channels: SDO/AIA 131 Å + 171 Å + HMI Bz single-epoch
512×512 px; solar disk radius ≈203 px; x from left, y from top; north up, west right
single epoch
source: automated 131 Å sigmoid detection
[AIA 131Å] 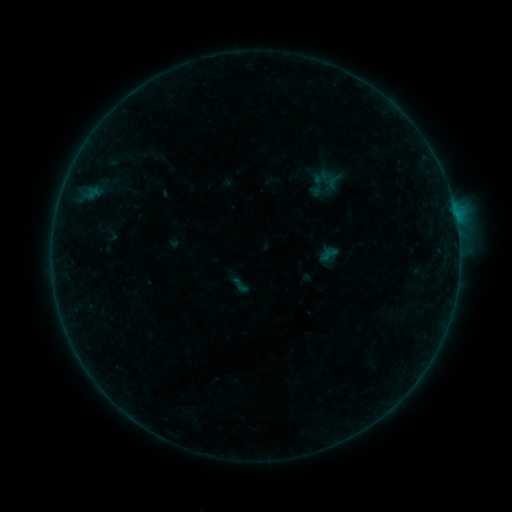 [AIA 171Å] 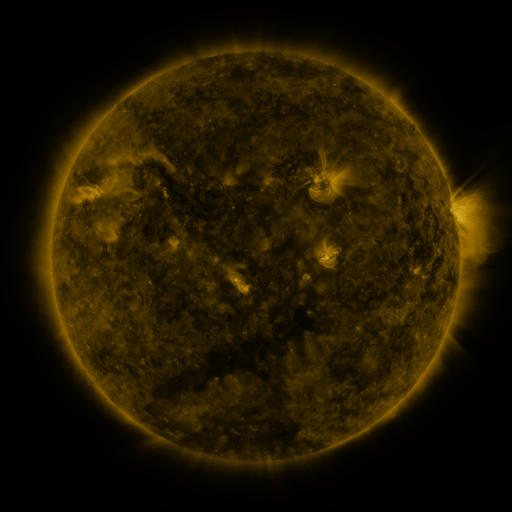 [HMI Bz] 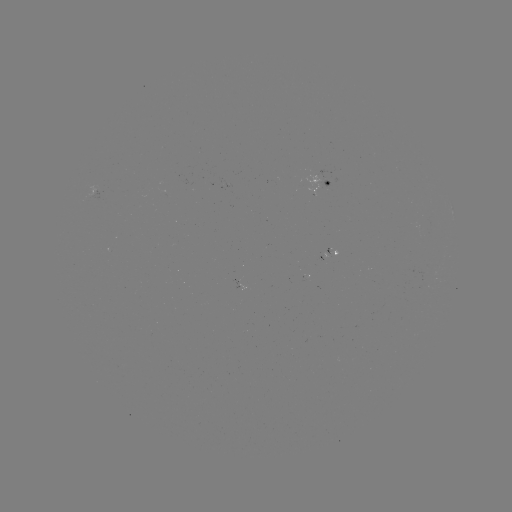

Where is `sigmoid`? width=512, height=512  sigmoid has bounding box [230, 275, 250, 295].